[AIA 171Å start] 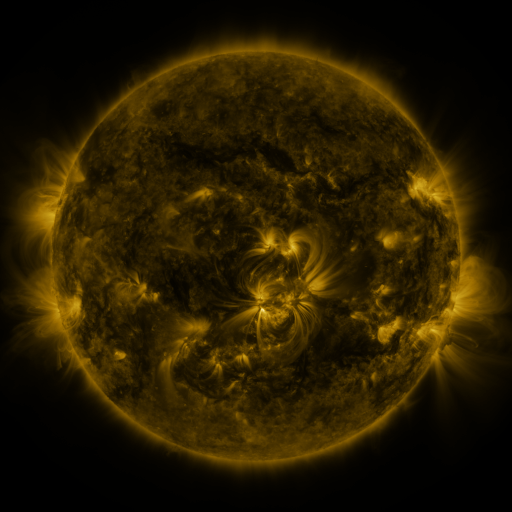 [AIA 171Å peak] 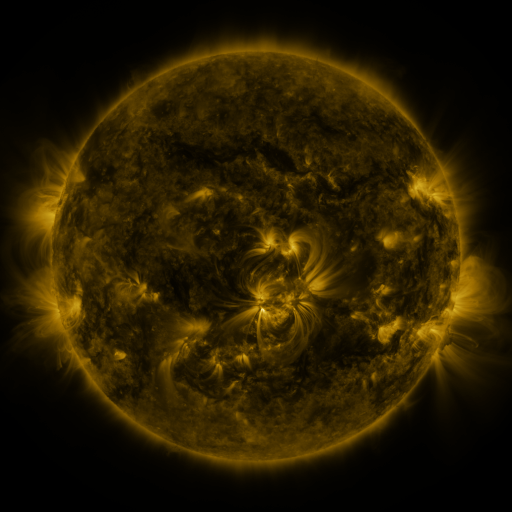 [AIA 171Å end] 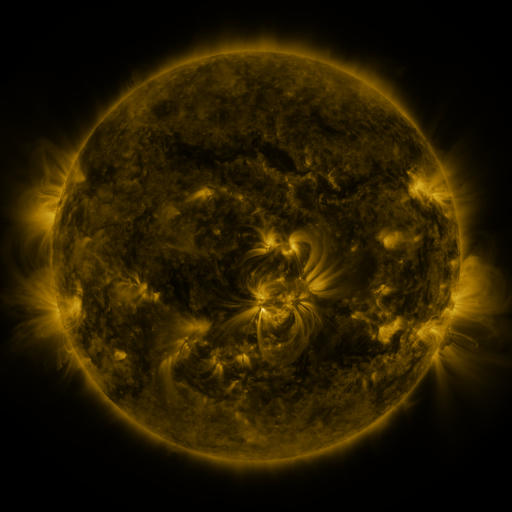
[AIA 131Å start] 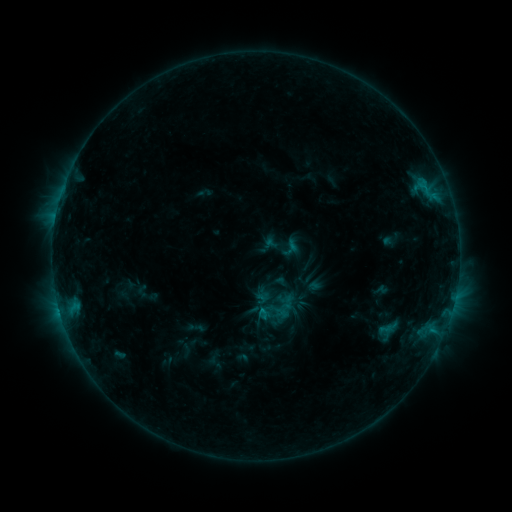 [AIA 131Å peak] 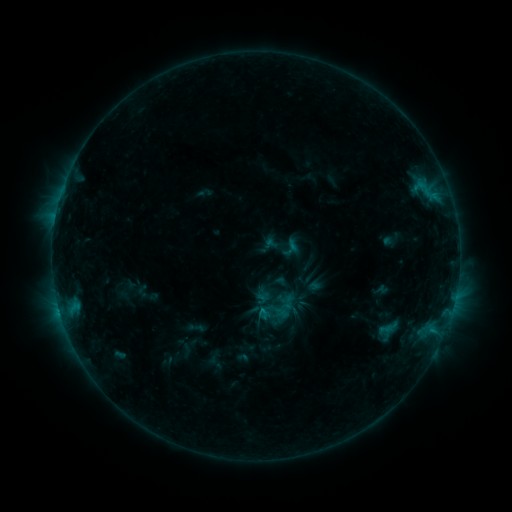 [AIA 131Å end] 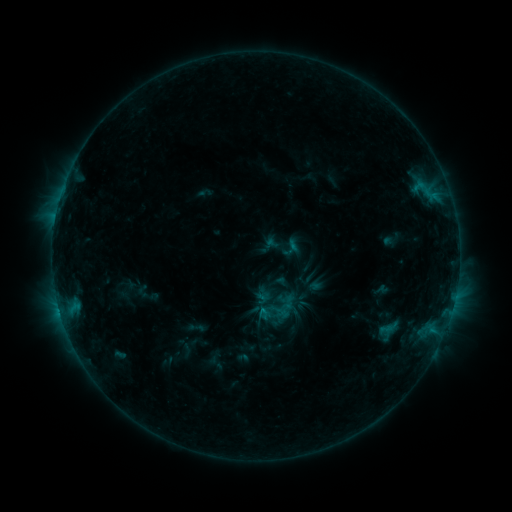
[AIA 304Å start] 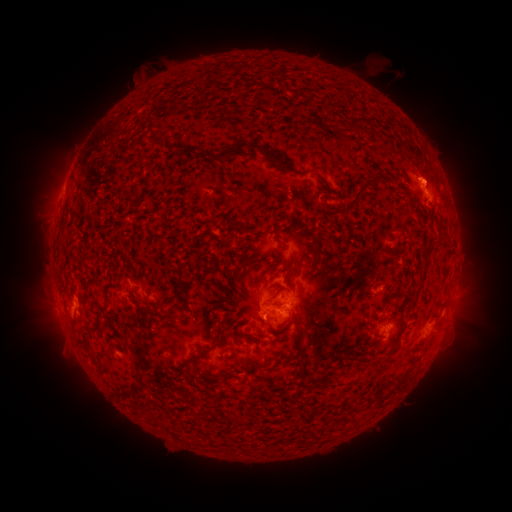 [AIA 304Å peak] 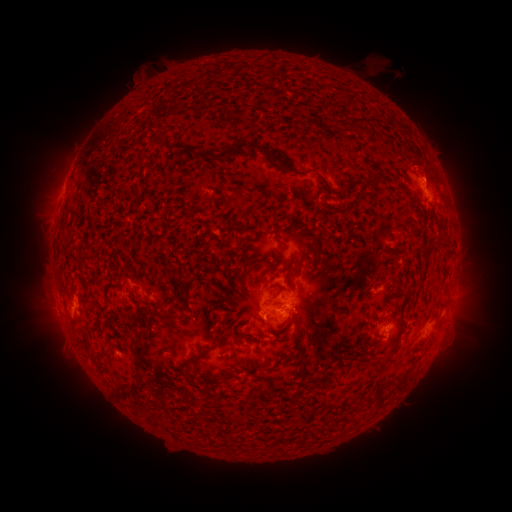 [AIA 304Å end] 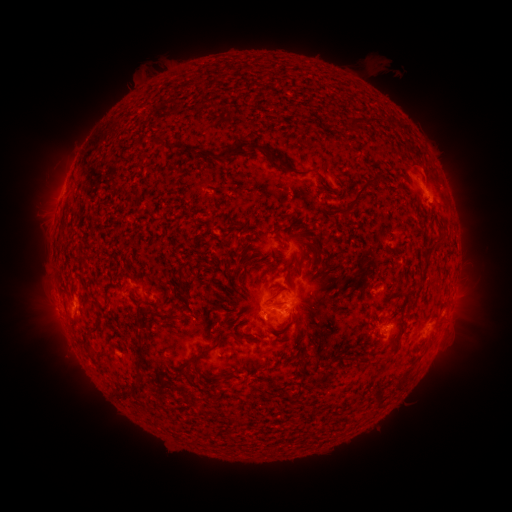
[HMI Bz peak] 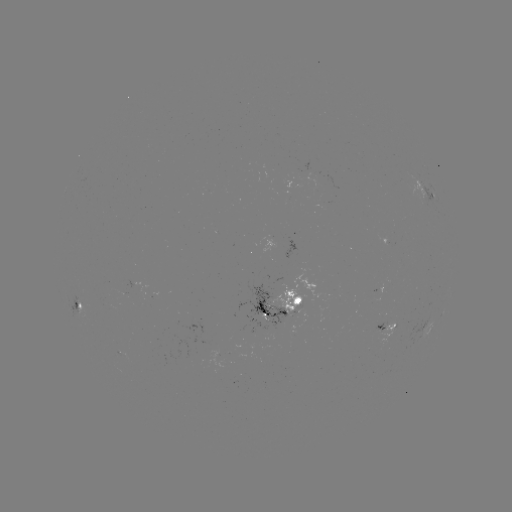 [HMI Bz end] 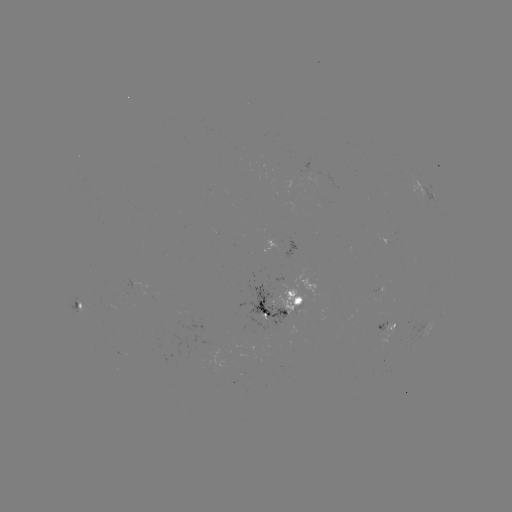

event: eruption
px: (428, 168)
